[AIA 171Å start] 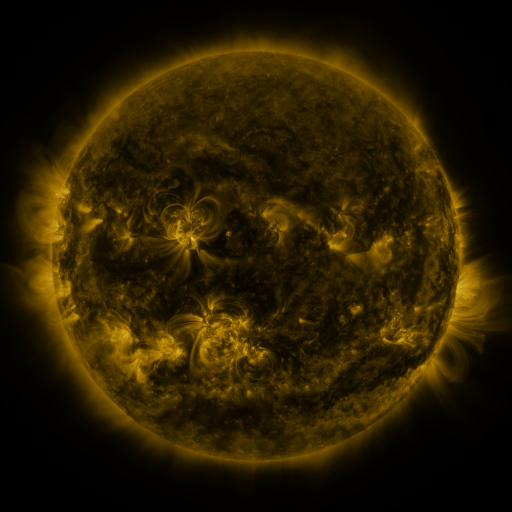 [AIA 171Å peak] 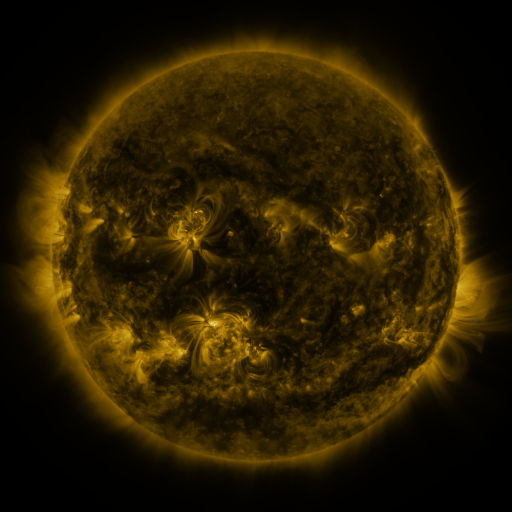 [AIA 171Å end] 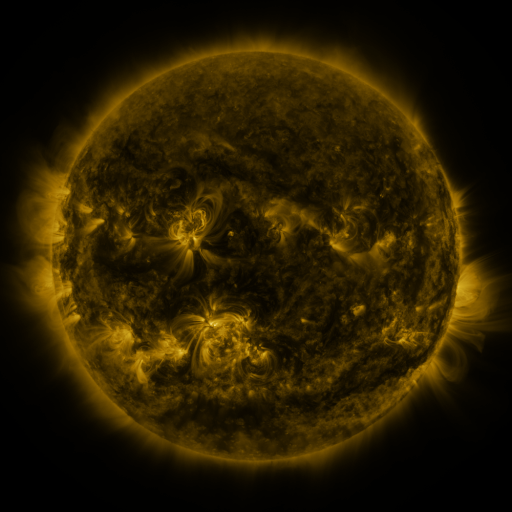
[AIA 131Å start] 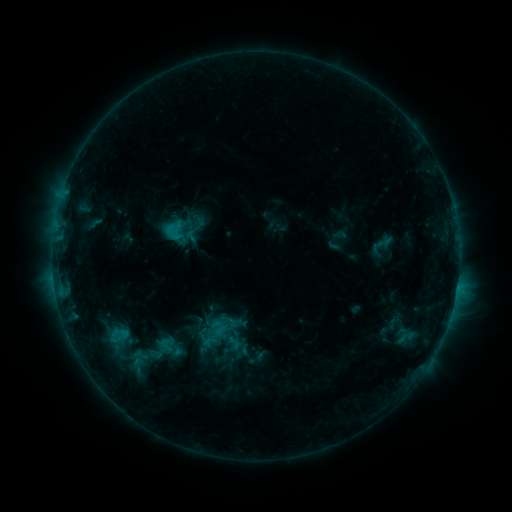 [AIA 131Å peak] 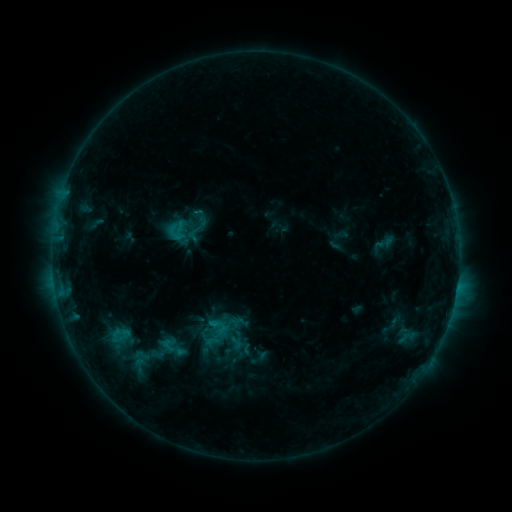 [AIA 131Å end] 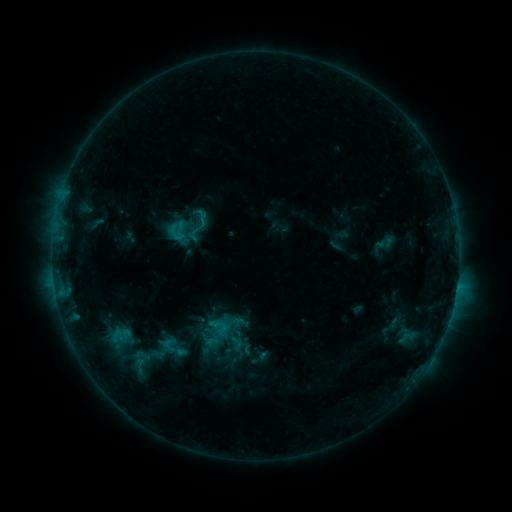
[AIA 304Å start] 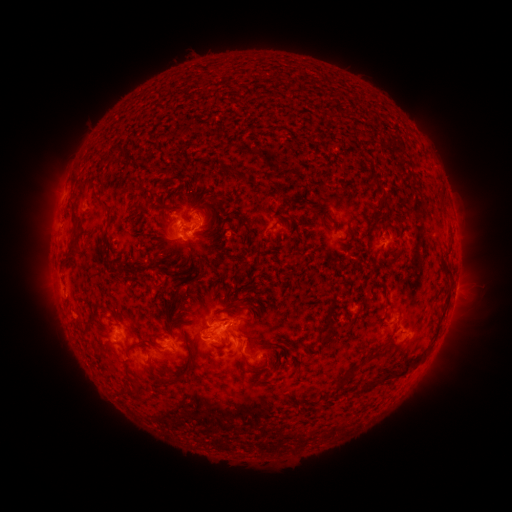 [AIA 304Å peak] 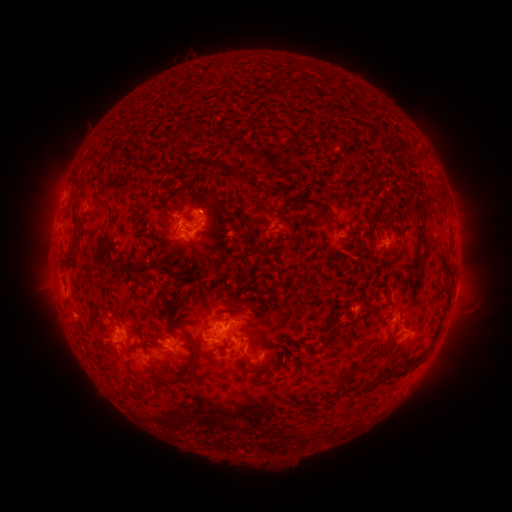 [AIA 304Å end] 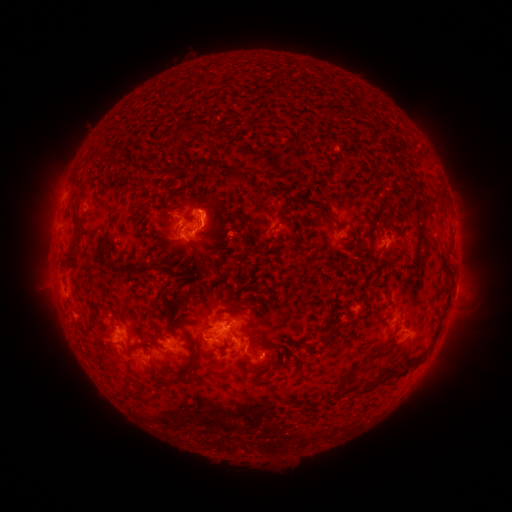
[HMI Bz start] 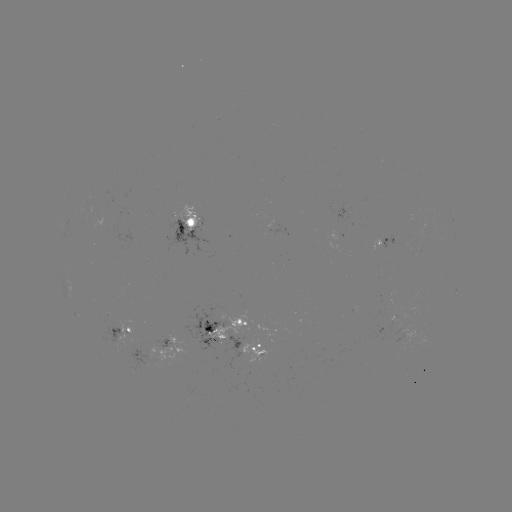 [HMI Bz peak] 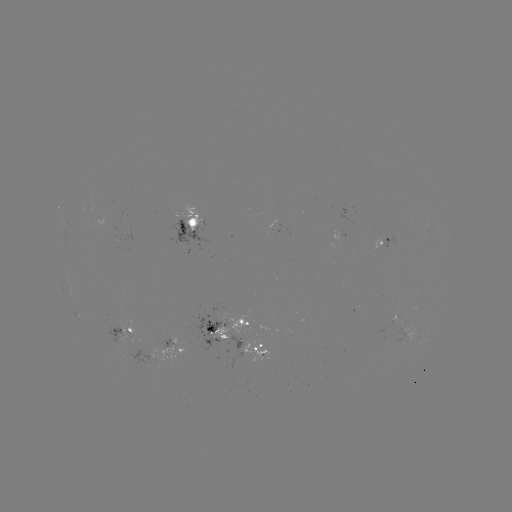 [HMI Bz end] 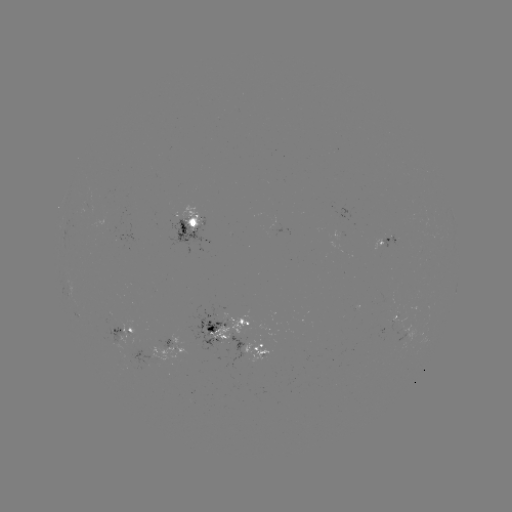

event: emerging-flux region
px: (244, 334)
